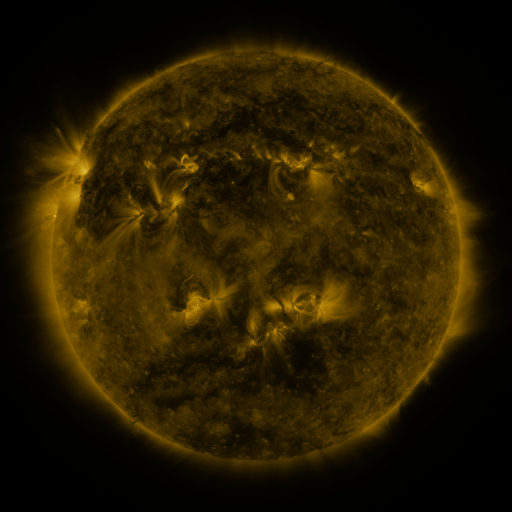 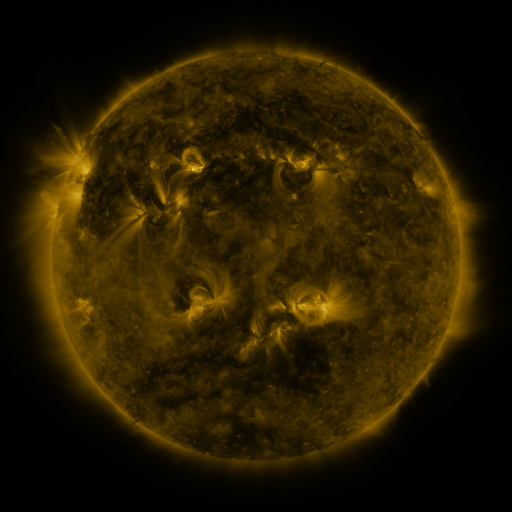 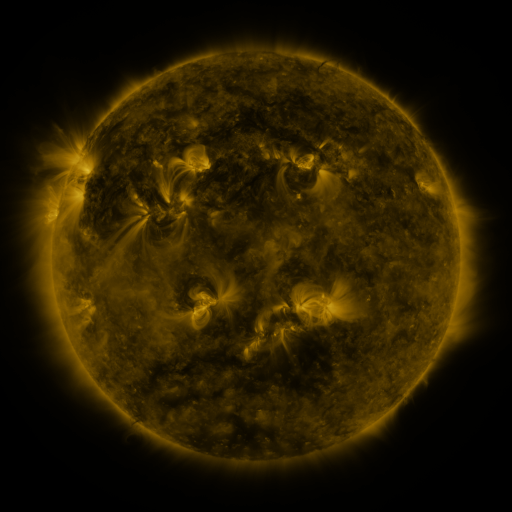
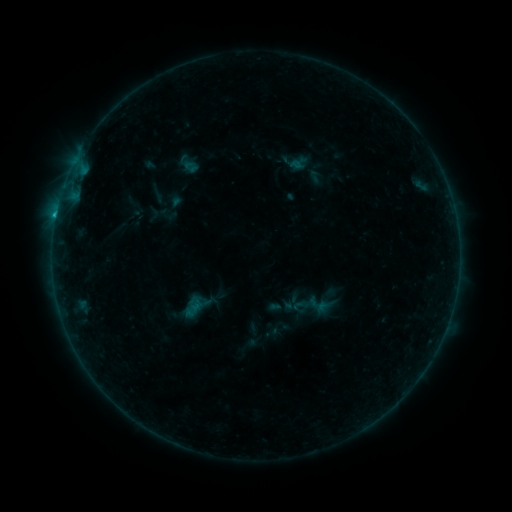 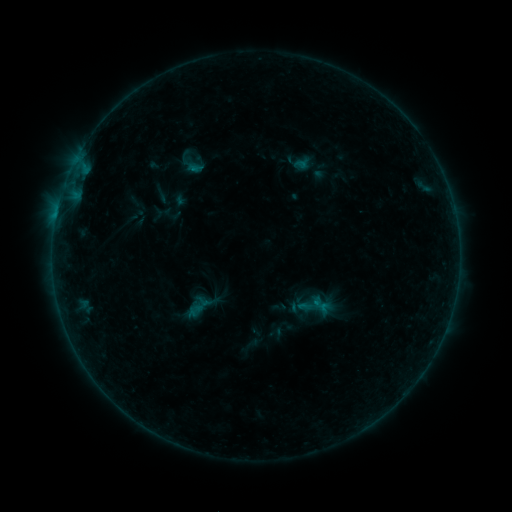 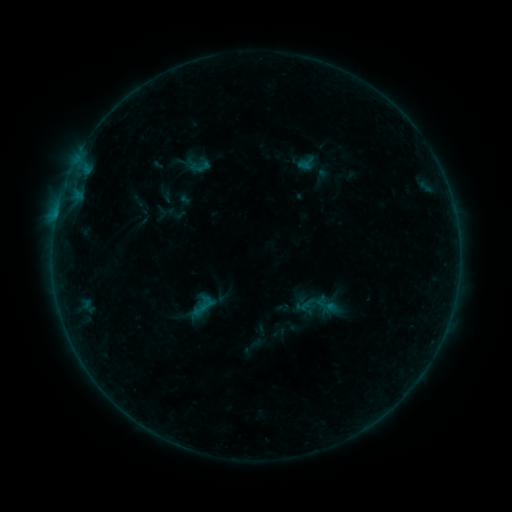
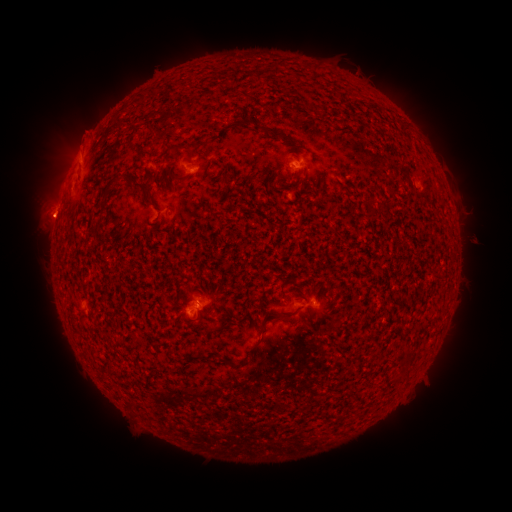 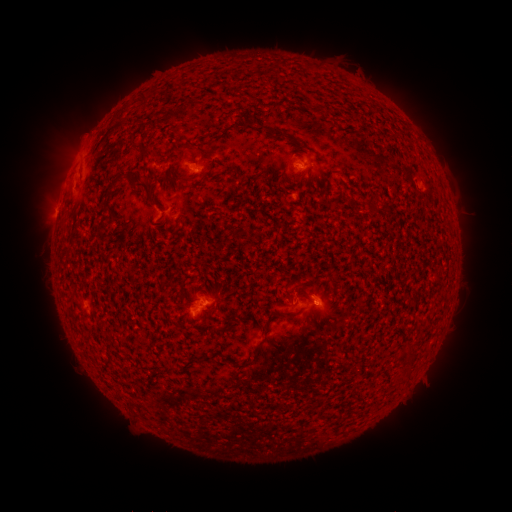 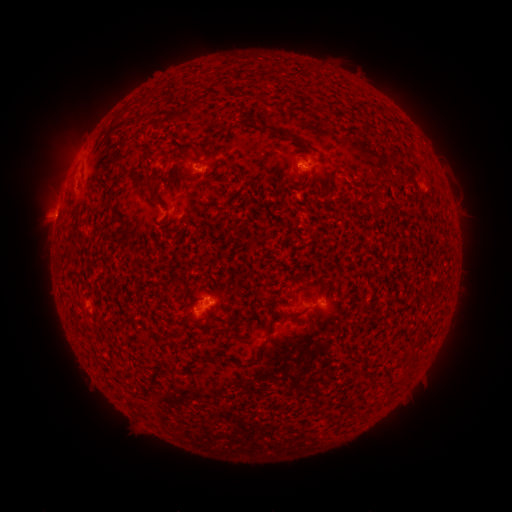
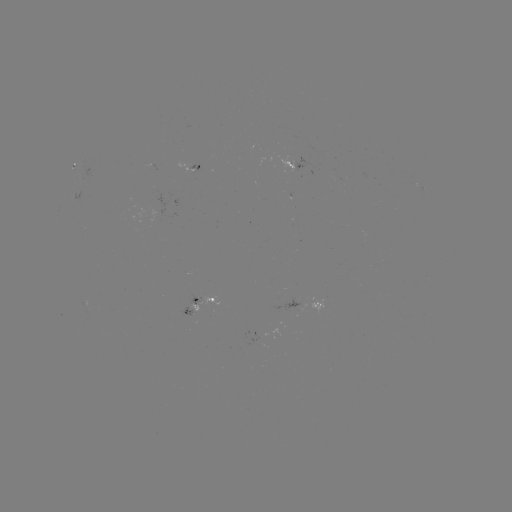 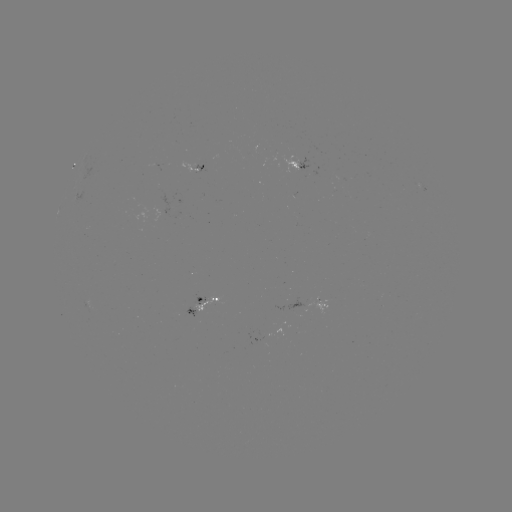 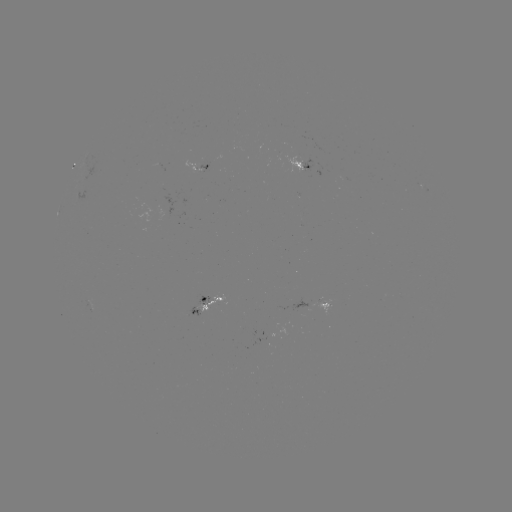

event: filament eruption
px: (174, 144)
